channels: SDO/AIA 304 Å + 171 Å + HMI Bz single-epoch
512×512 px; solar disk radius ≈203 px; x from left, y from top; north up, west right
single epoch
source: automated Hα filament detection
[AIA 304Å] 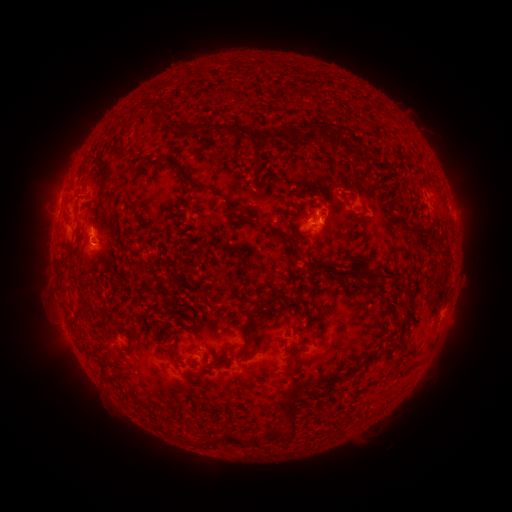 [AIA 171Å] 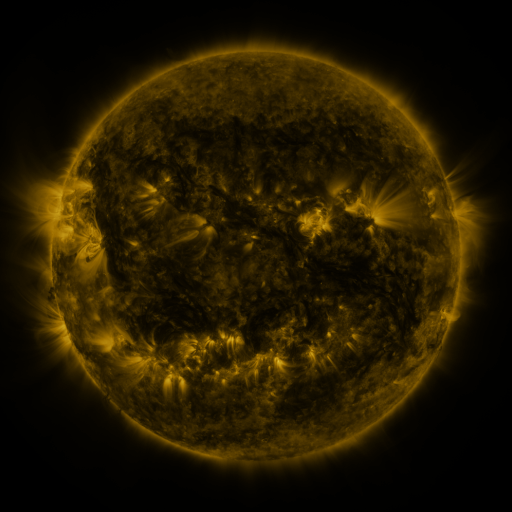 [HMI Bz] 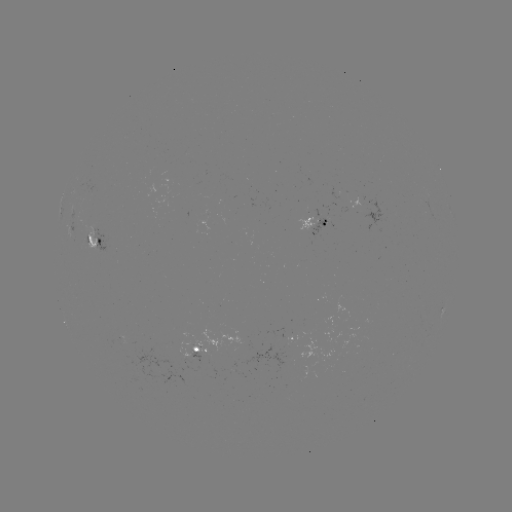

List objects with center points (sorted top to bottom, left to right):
filament: (281, 134)
filament: (120, 148)
filament: (184, 173)
filament: (106, 174)
filament: (309, 264)
filament: (380, 276)
filament: (402, 288)
filament: (268, 303)
filament: (289, 307)
filament: (81, 311)
filament: (386, 352)
filament: (372, 359)
filament: (293, 393)
filament: (233, 440)
